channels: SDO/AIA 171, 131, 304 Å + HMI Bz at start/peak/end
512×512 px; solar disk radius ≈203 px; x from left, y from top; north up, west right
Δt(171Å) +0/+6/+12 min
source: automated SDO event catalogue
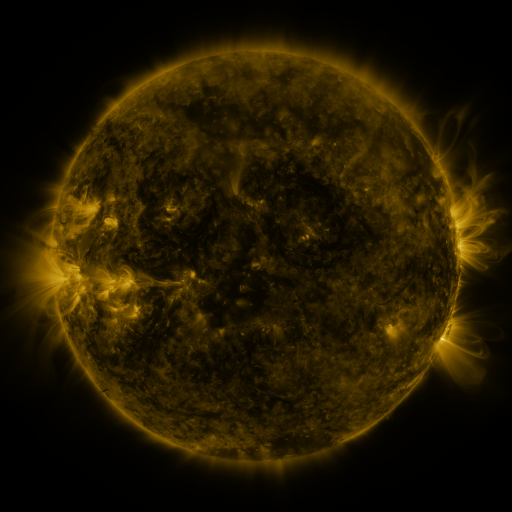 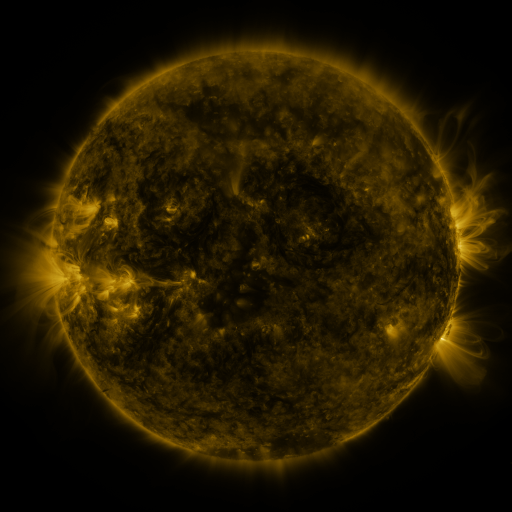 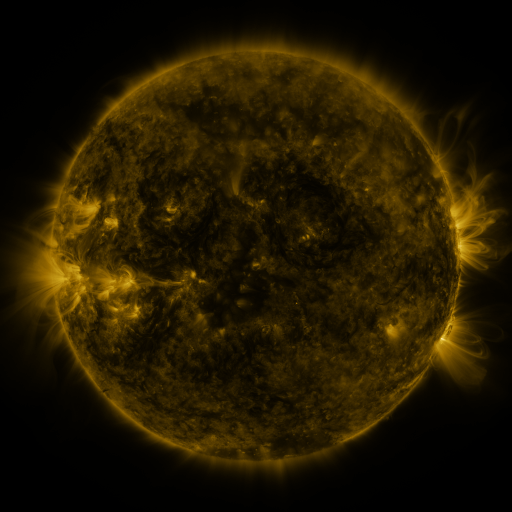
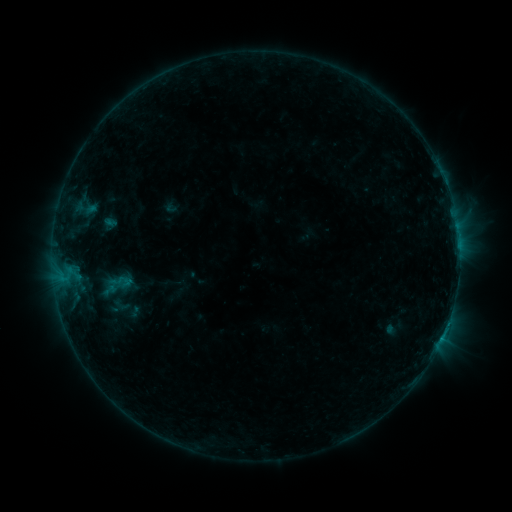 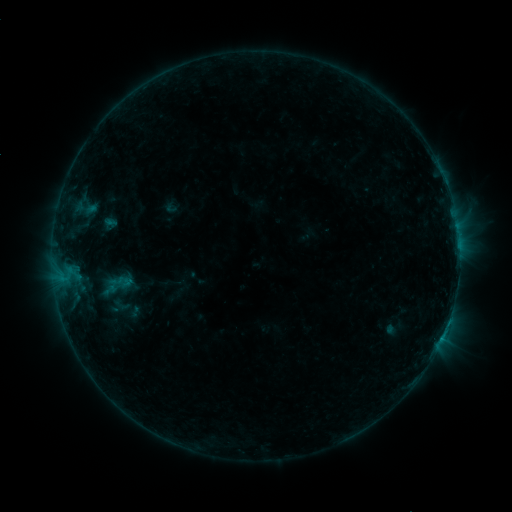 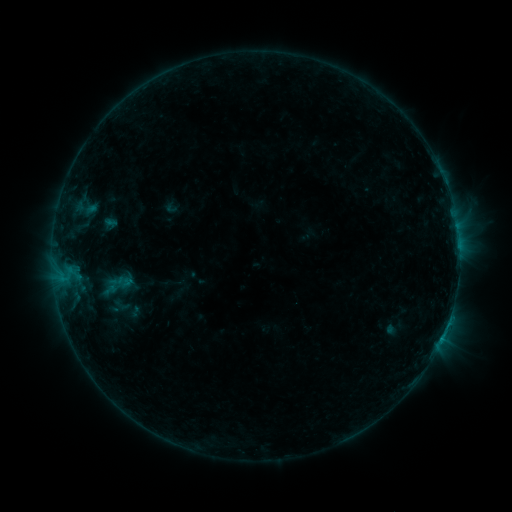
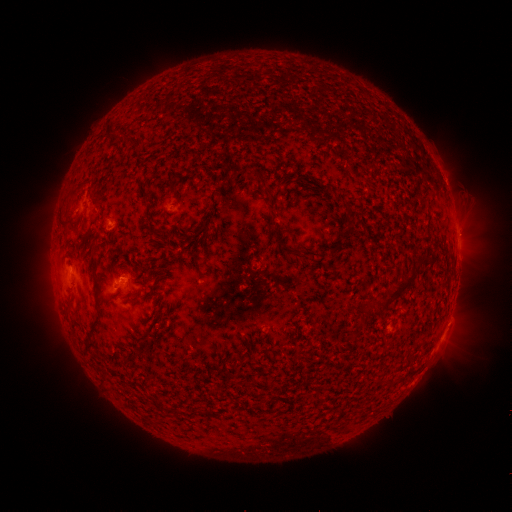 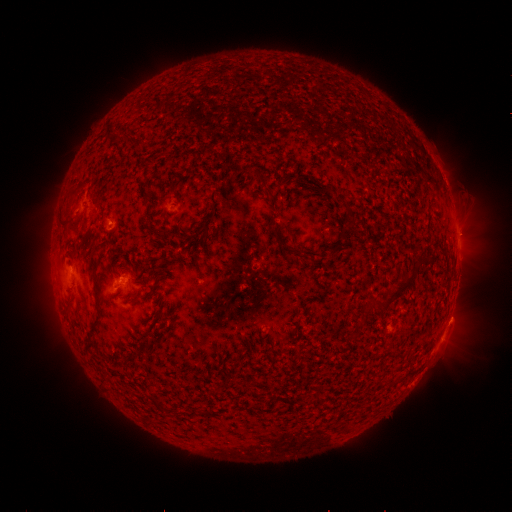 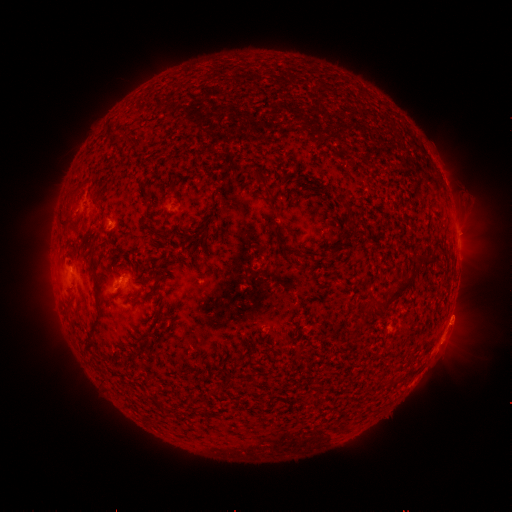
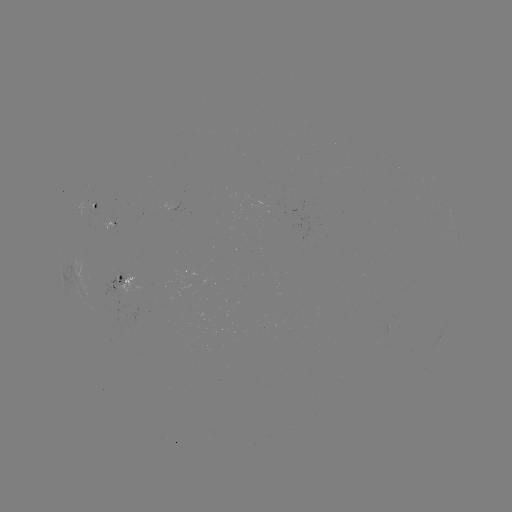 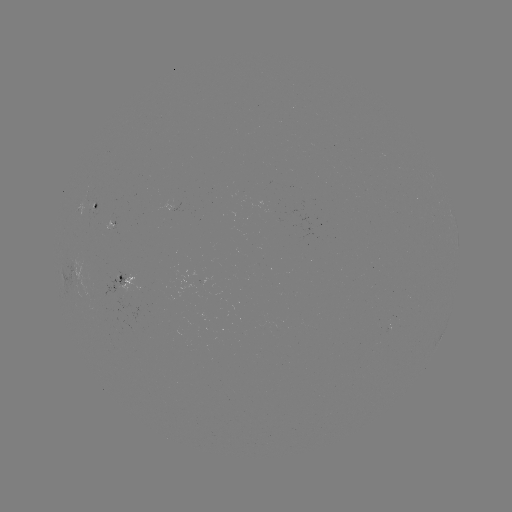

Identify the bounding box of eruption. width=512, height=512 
[428, 297, 476, 364].